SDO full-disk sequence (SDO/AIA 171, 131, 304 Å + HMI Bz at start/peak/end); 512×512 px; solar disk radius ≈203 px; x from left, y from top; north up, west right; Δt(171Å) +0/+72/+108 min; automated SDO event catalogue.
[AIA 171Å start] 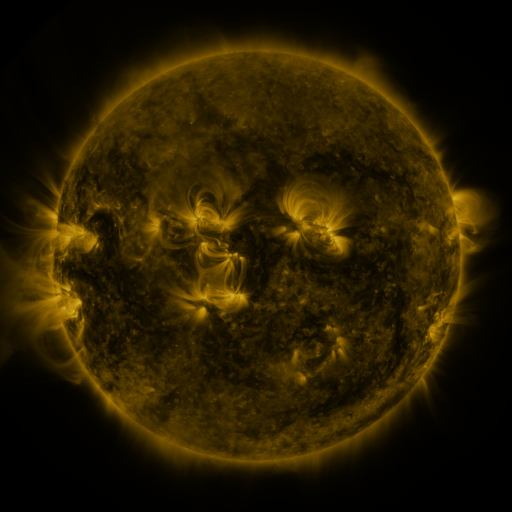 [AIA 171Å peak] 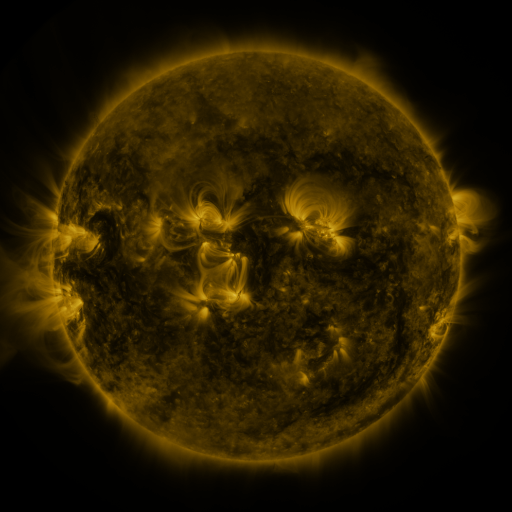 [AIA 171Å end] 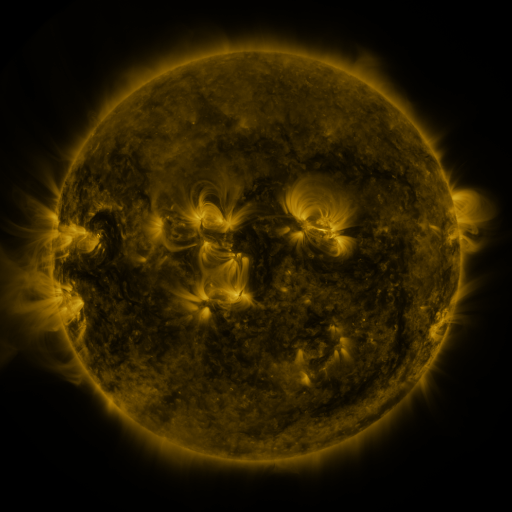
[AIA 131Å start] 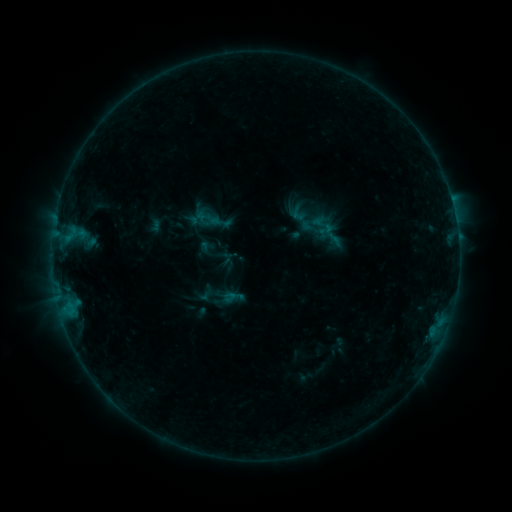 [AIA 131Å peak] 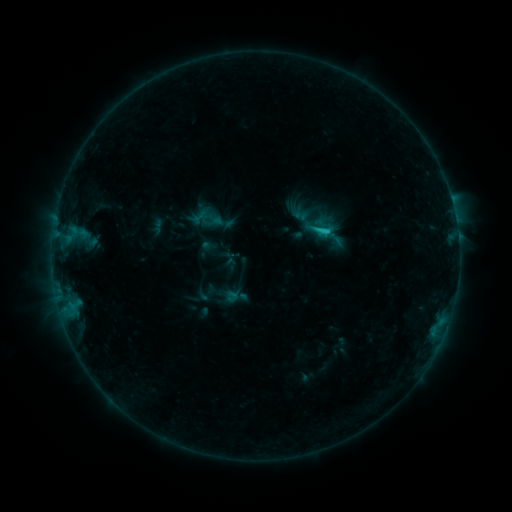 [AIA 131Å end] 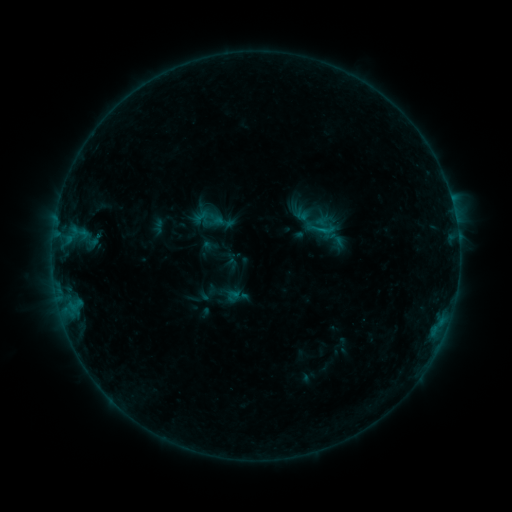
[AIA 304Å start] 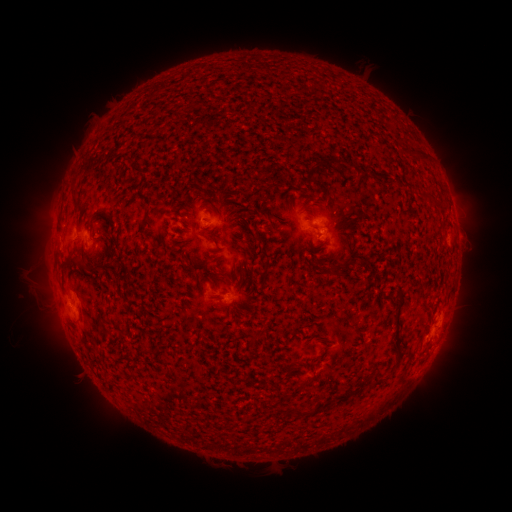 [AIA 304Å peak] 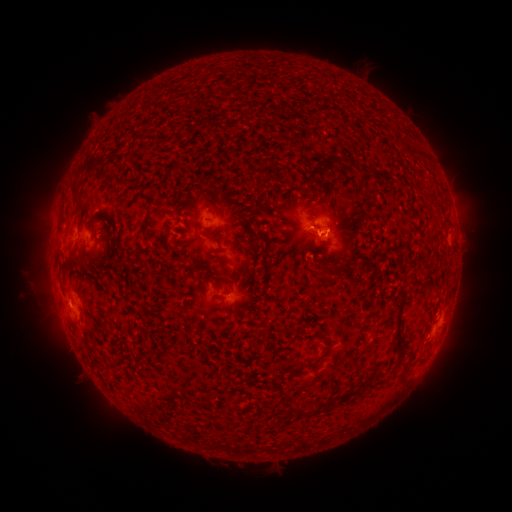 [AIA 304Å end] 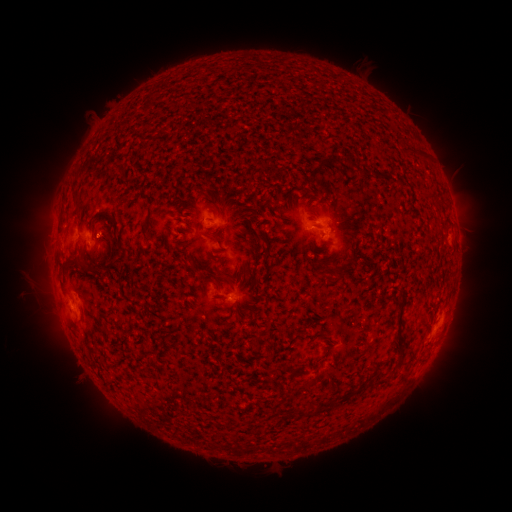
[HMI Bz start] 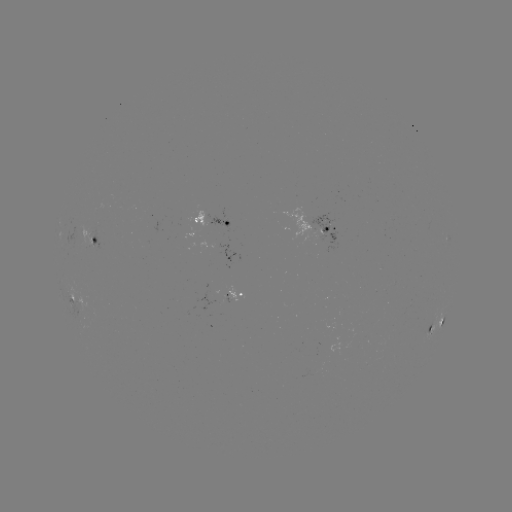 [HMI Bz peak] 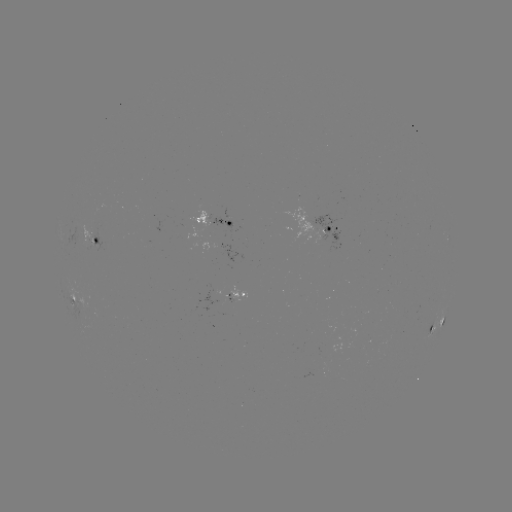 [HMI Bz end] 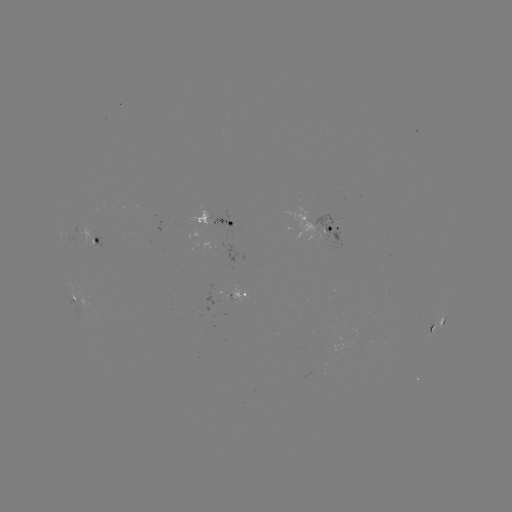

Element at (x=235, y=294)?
emerging-flux region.